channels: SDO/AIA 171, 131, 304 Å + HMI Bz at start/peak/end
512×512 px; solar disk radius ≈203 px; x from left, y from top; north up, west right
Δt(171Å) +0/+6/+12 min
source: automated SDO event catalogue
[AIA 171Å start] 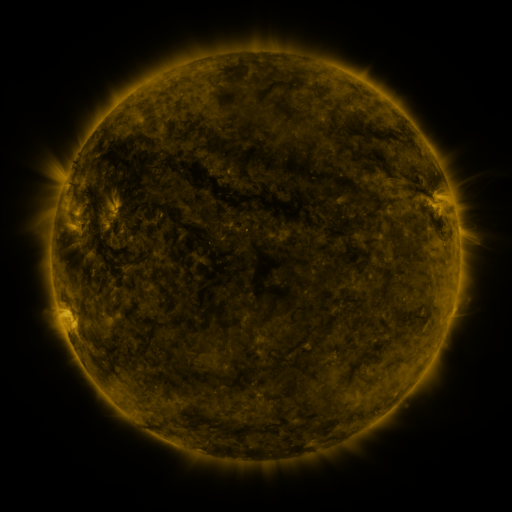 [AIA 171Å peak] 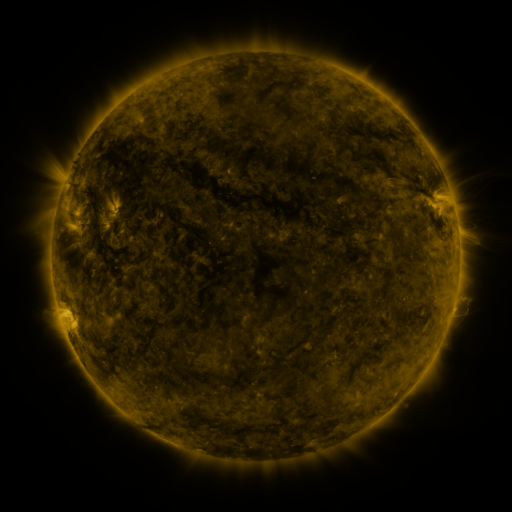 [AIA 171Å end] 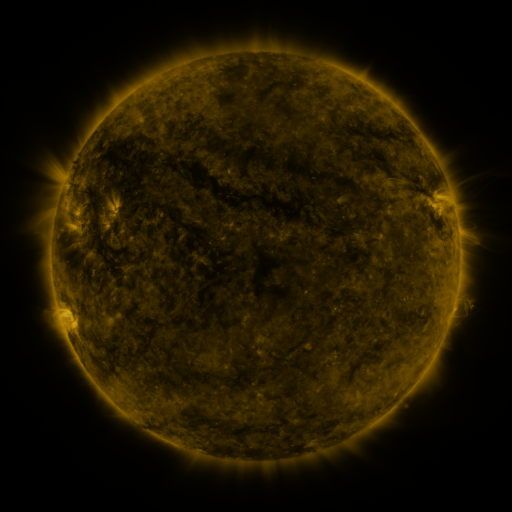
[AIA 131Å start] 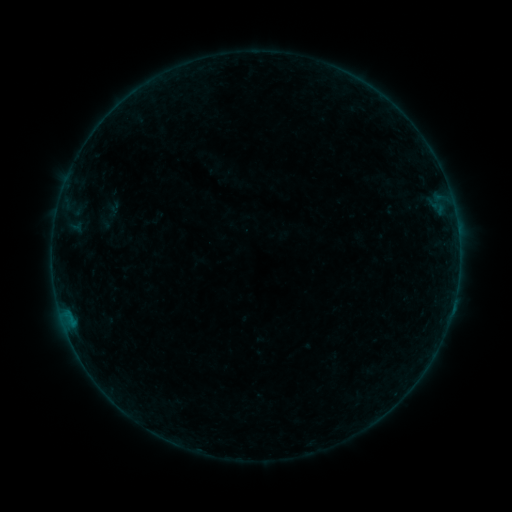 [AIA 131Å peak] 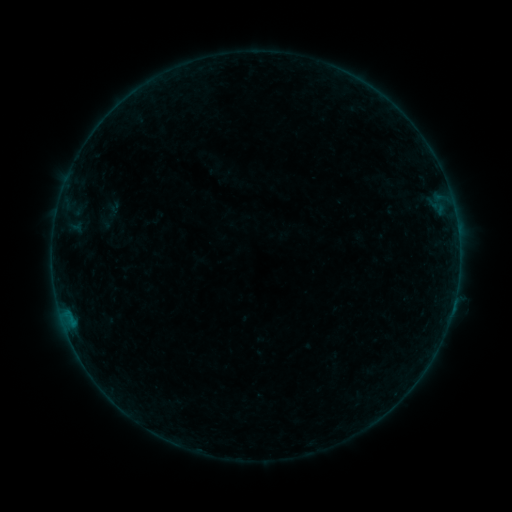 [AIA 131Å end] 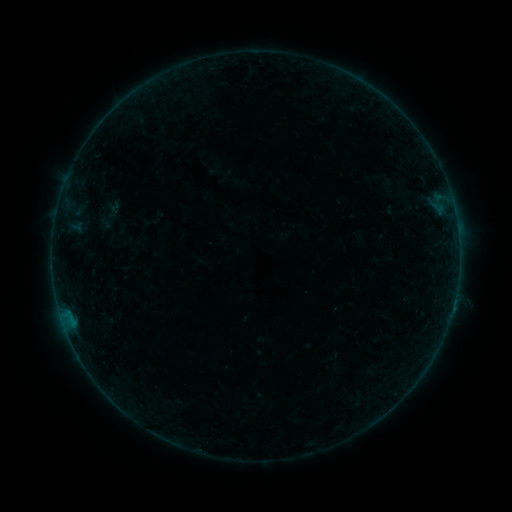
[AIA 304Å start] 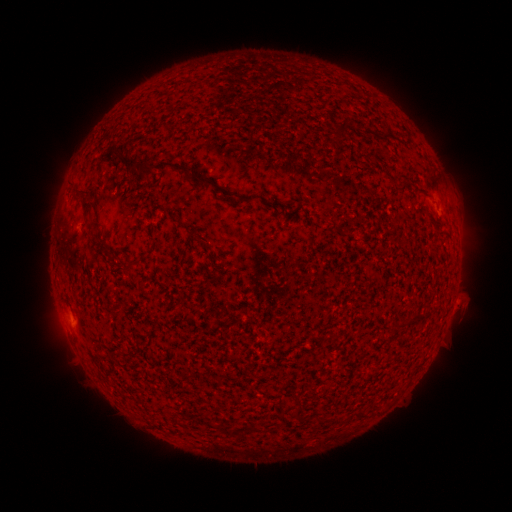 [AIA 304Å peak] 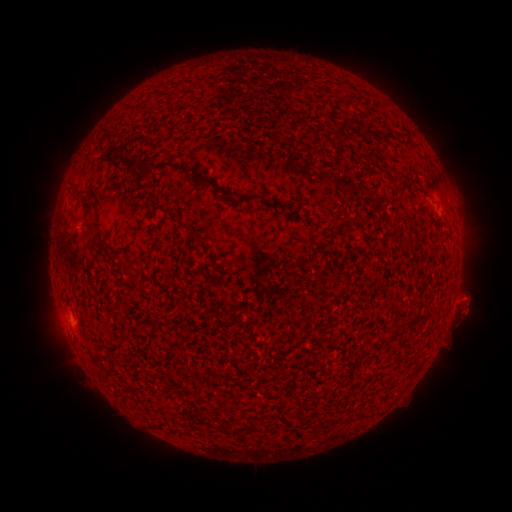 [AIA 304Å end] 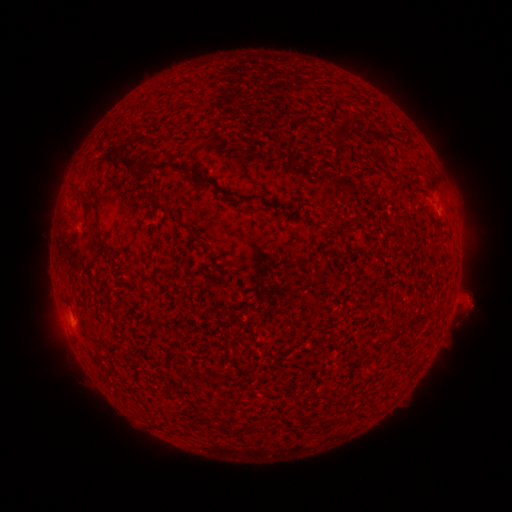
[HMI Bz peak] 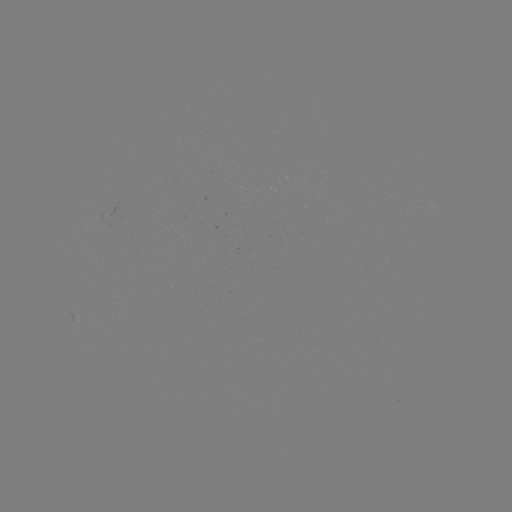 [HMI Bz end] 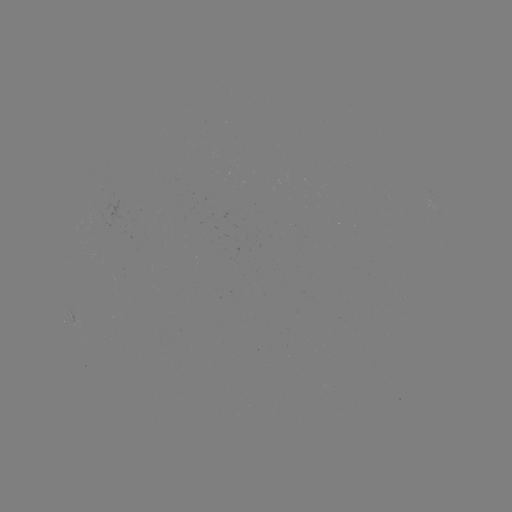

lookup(B2.4 flare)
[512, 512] (454, 298)